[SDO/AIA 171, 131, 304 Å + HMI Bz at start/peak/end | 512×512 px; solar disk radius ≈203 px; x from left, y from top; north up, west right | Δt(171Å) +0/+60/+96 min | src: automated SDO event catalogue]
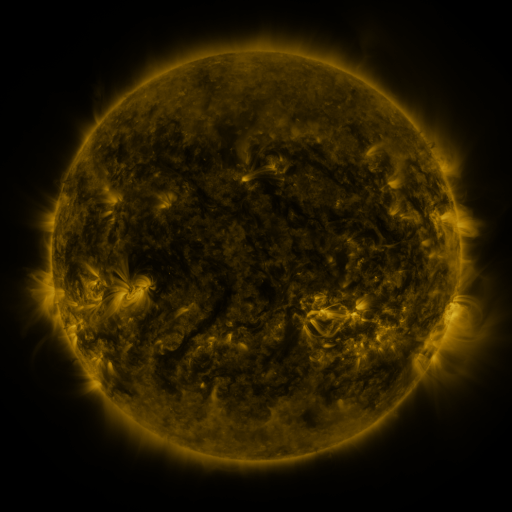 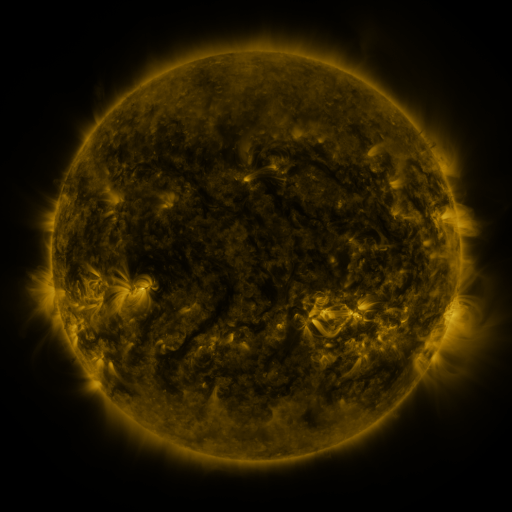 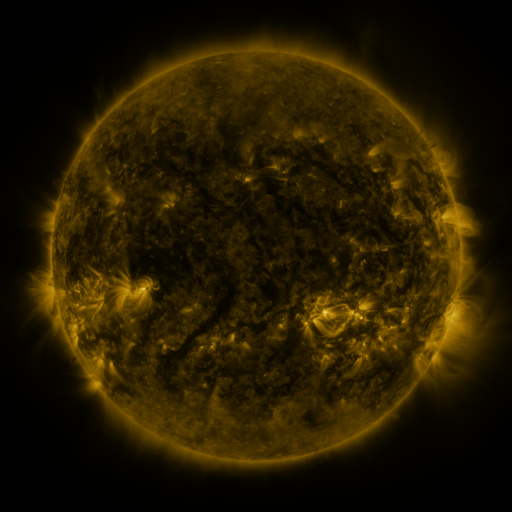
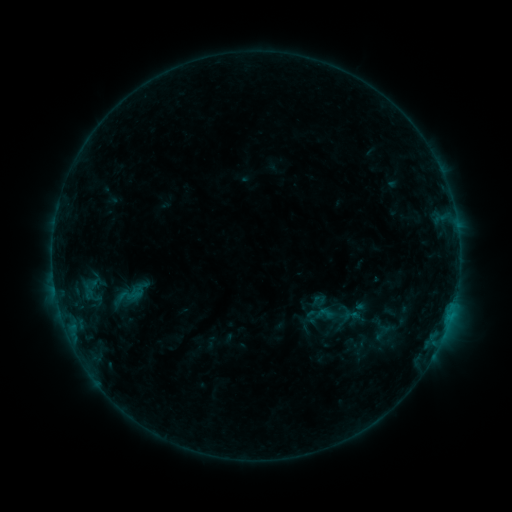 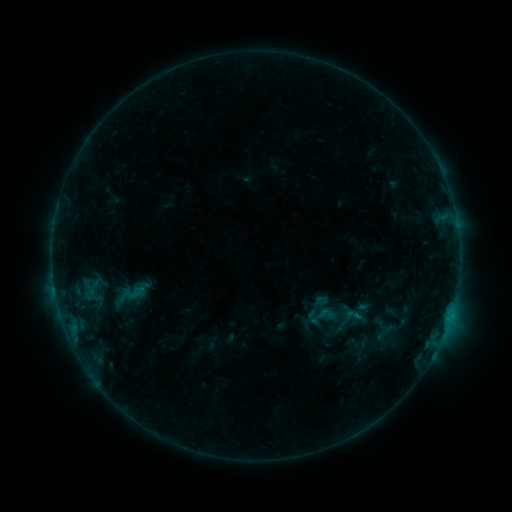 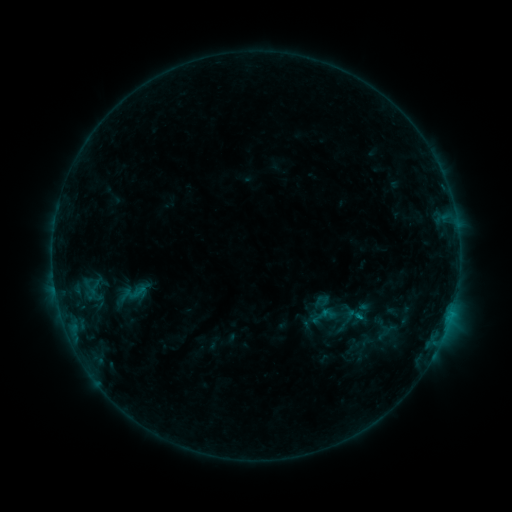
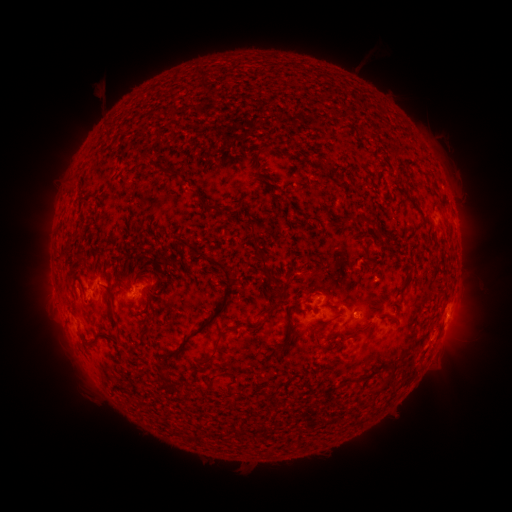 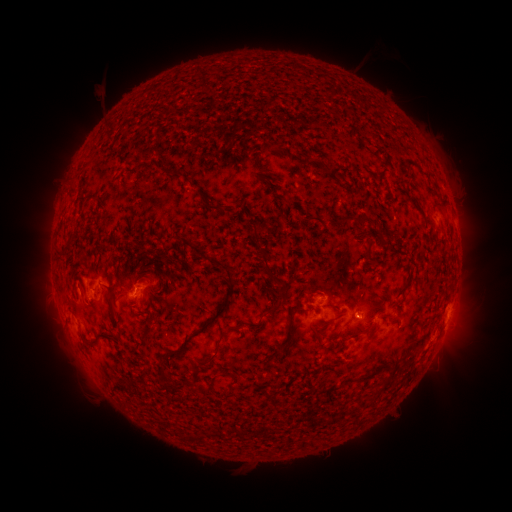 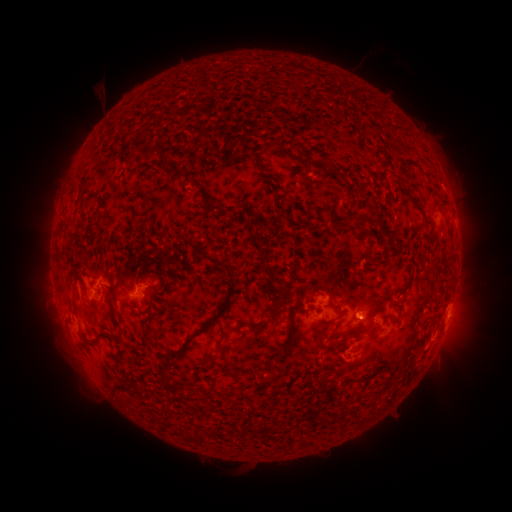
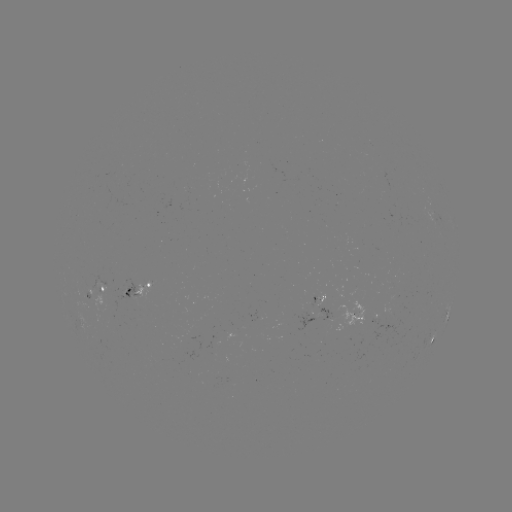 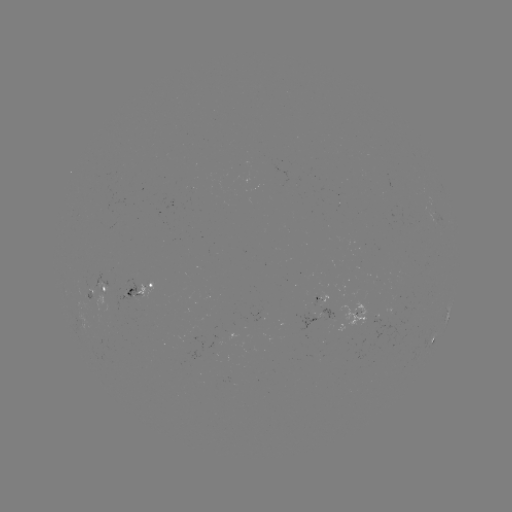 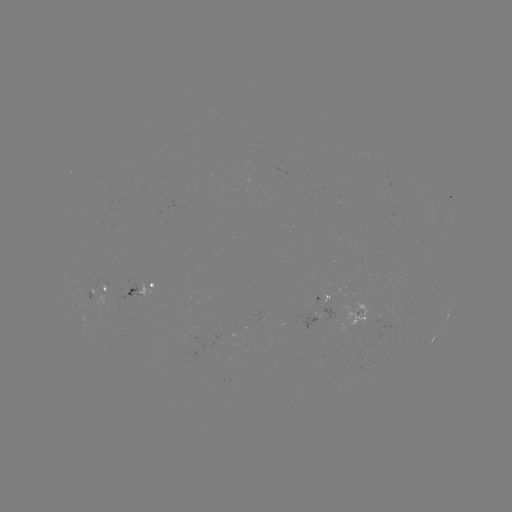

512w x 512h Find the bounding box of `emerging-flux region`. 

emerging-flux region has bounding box [298, 312, 317, 335].